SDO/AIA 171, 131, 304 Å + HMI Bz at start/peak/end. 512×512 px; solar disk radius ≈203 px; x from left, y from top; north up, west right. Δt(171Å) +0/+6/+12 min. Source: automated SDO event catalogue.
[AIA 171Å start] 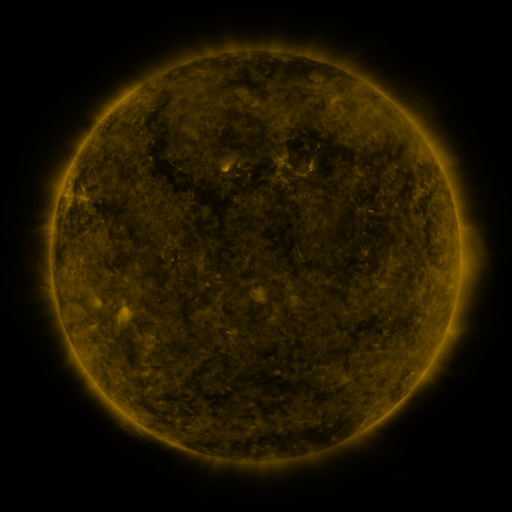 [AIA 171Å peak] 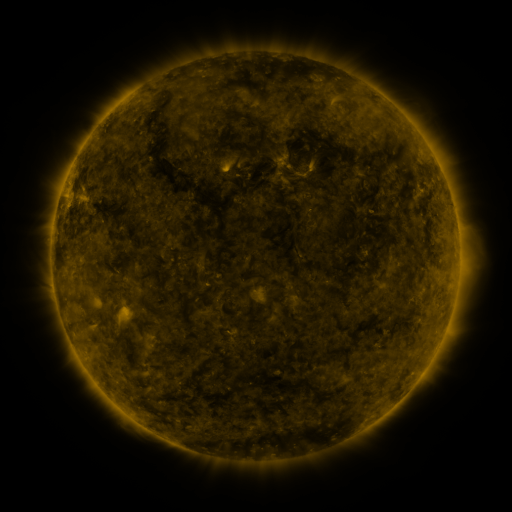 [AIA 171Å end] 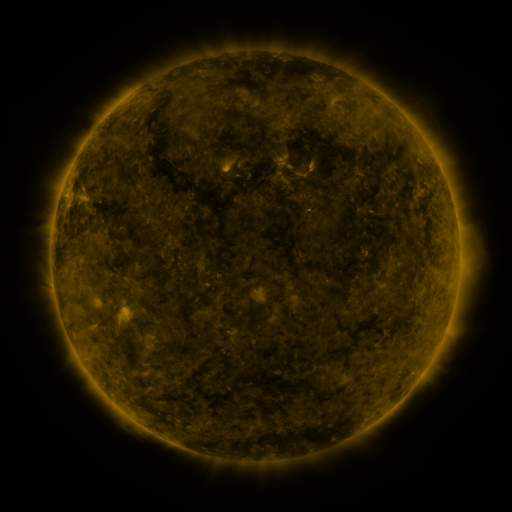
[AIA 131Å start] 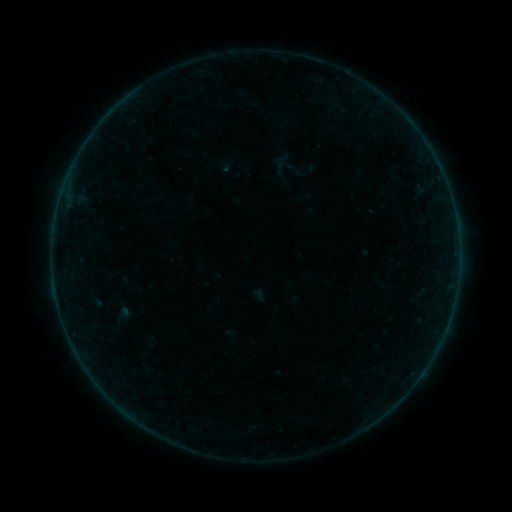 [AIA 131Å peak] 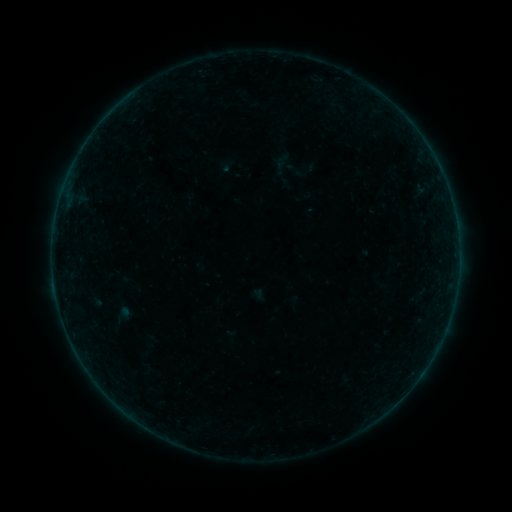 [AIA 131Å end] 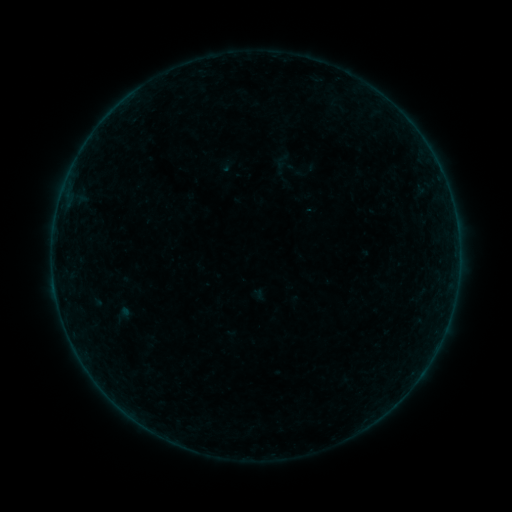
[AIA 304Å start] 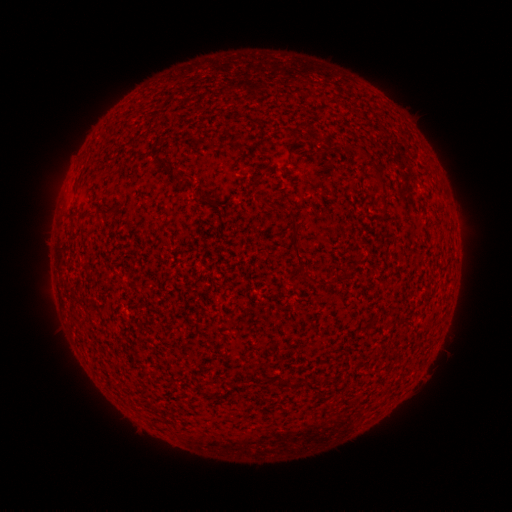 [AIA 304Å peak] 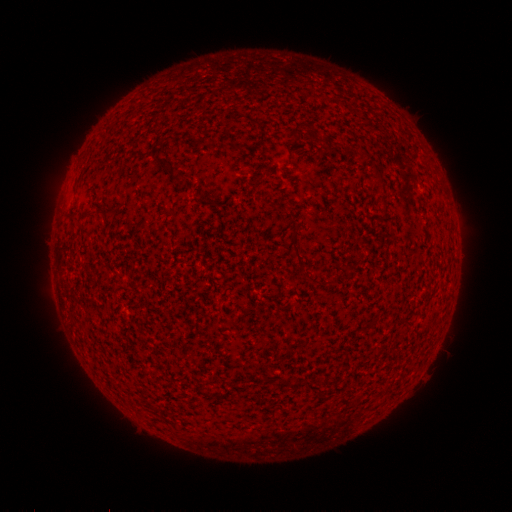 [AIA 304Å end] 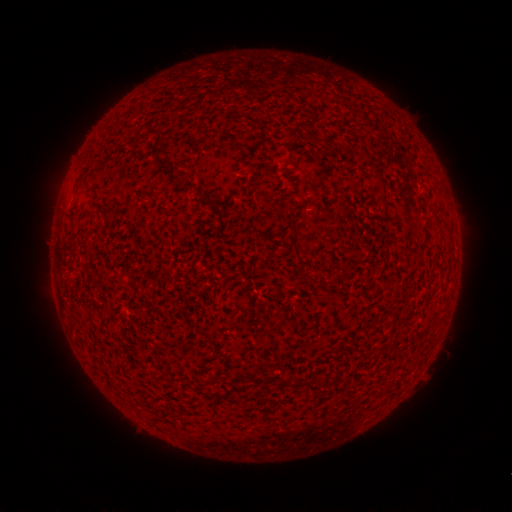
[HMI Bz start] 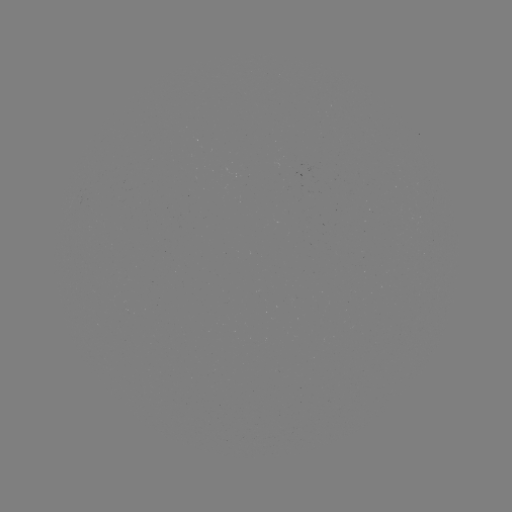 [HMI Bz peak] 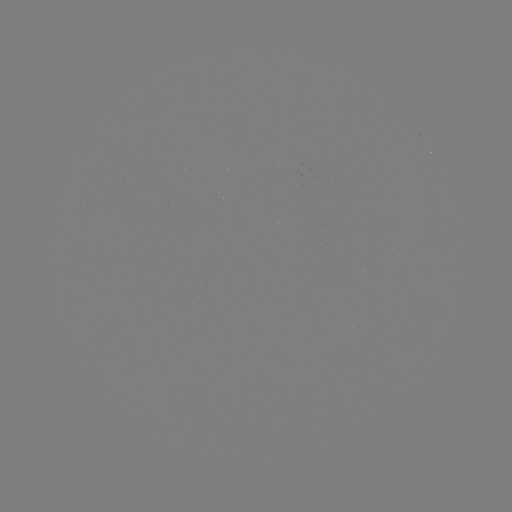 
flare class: B2.2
